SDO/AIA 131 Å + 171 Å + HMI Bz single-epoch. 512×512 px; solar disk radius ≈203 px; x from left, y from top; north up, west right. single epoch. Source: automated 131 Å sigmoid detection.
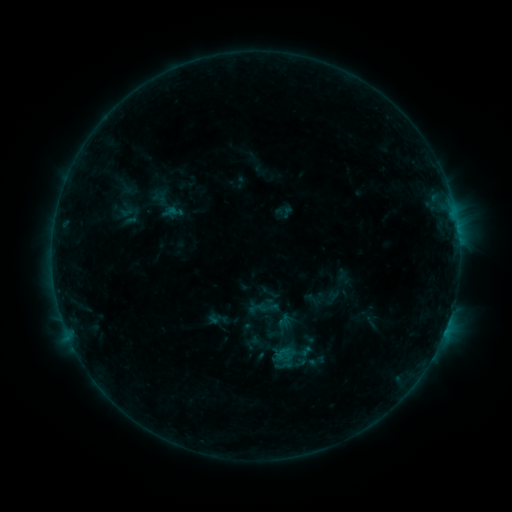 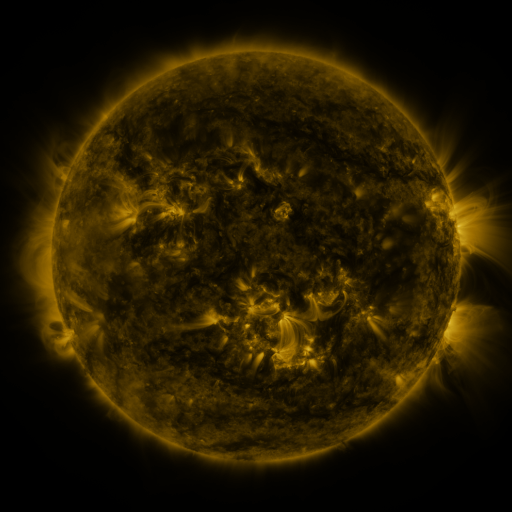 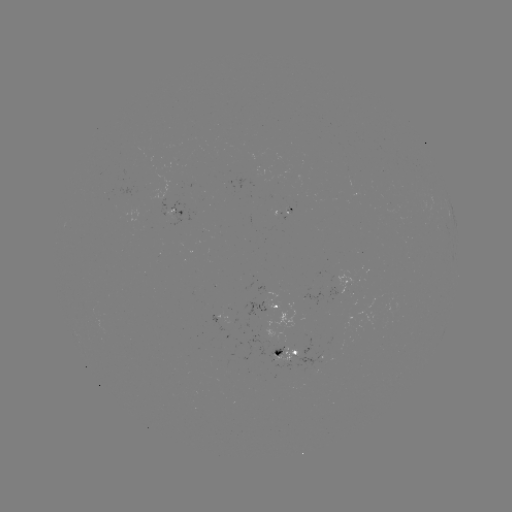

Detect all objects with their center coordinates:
sigmoid: (273, 343, 295, 365)
sigmoid: (307, 352, 327, 371)
